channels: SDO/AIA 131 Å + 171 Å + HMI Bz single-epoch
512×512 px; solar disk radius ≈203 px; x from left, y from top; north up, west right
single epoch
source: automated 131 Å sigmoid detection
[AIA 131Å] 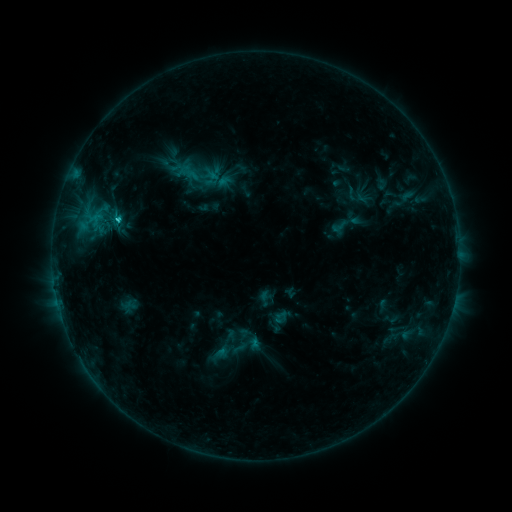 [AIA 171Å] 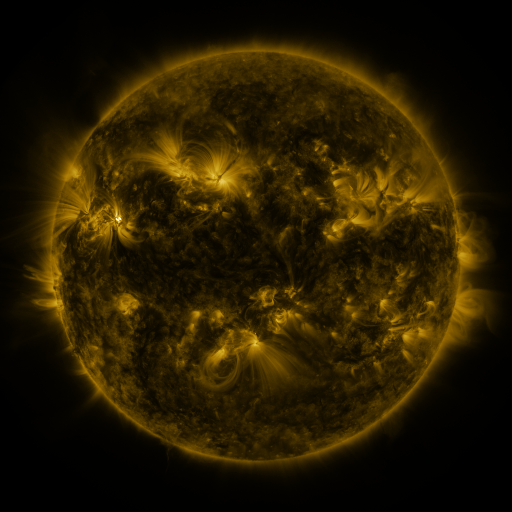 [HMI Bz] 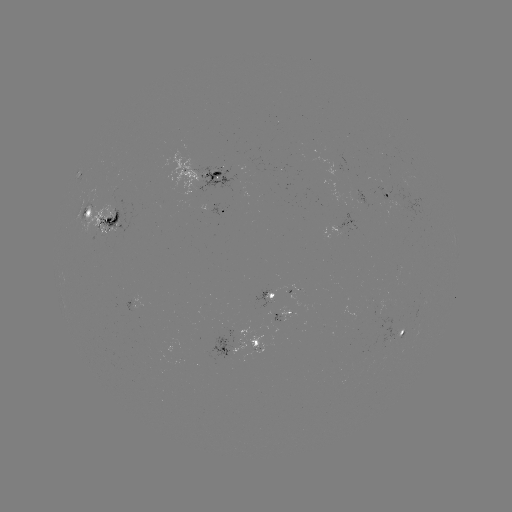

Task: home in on sigmoid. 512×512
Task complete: [108, 212].